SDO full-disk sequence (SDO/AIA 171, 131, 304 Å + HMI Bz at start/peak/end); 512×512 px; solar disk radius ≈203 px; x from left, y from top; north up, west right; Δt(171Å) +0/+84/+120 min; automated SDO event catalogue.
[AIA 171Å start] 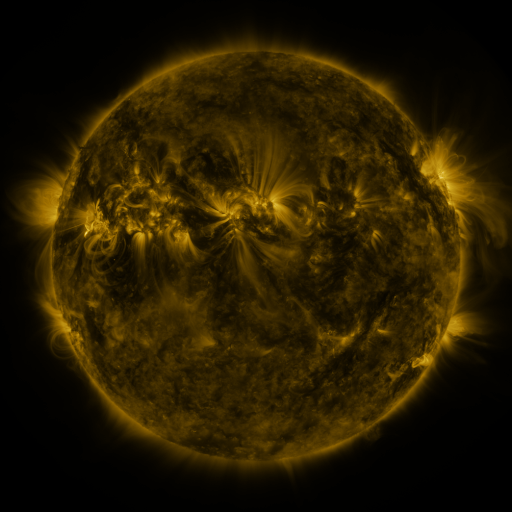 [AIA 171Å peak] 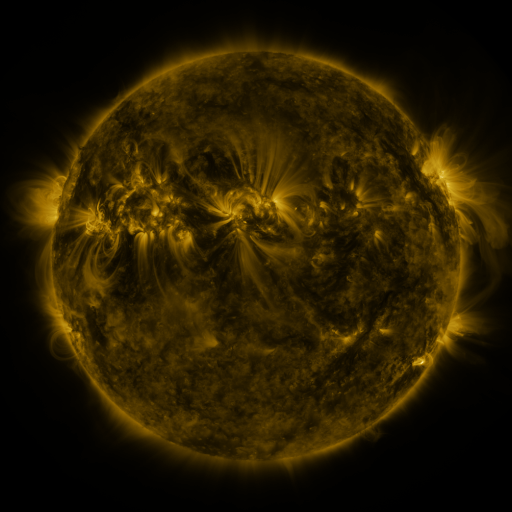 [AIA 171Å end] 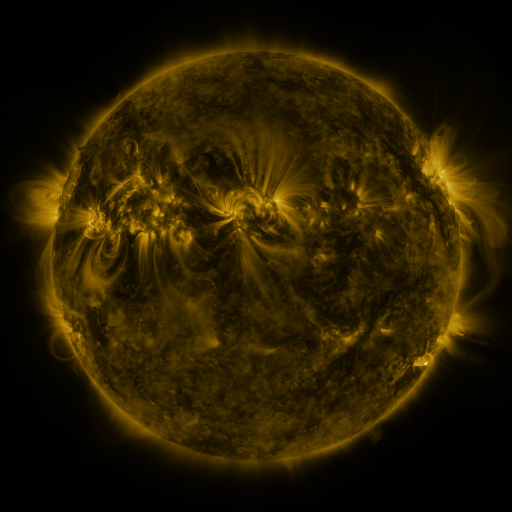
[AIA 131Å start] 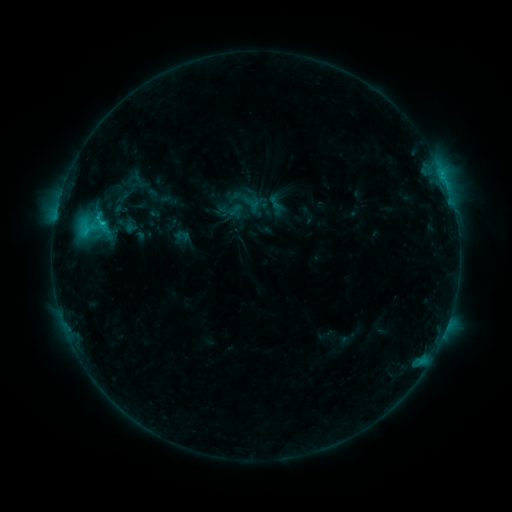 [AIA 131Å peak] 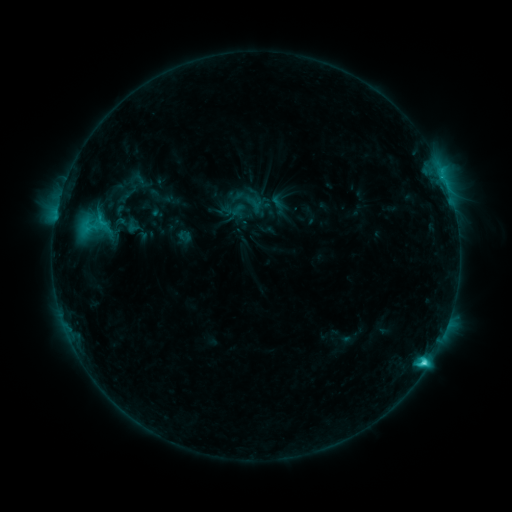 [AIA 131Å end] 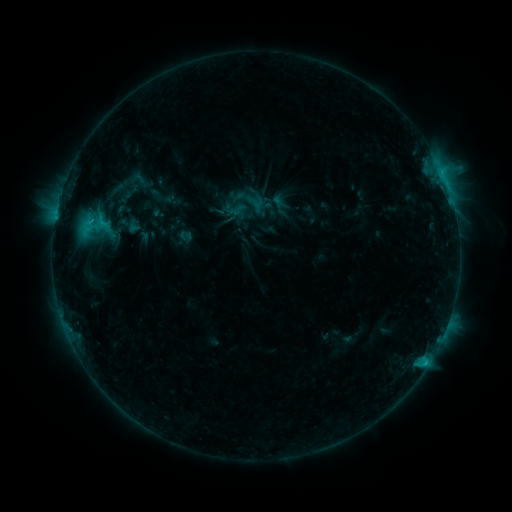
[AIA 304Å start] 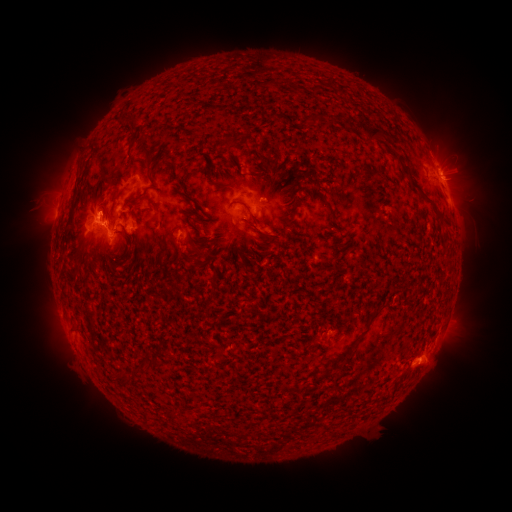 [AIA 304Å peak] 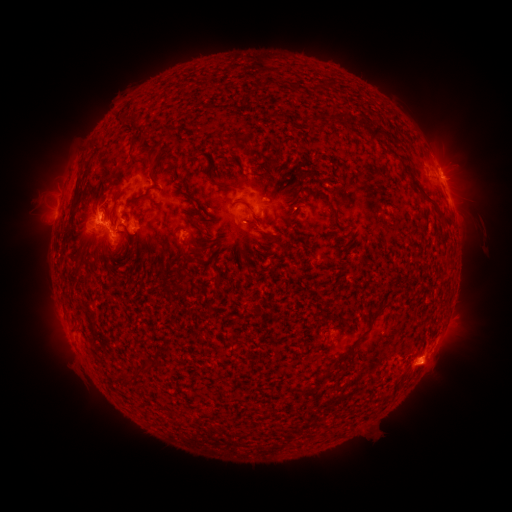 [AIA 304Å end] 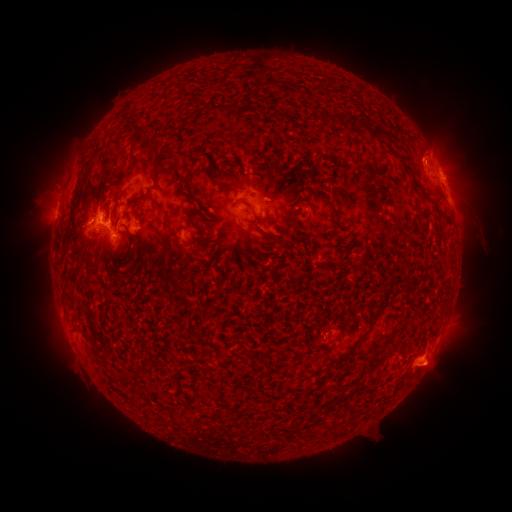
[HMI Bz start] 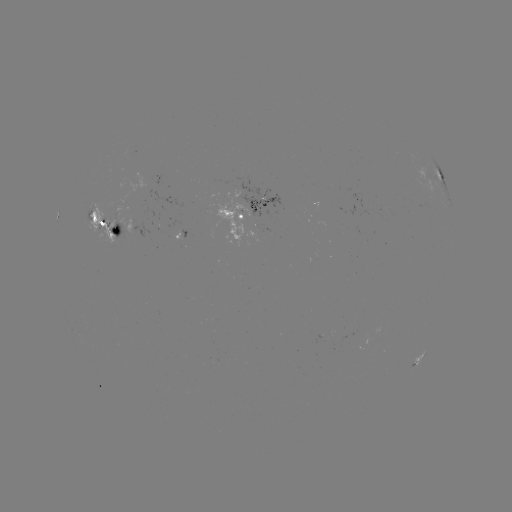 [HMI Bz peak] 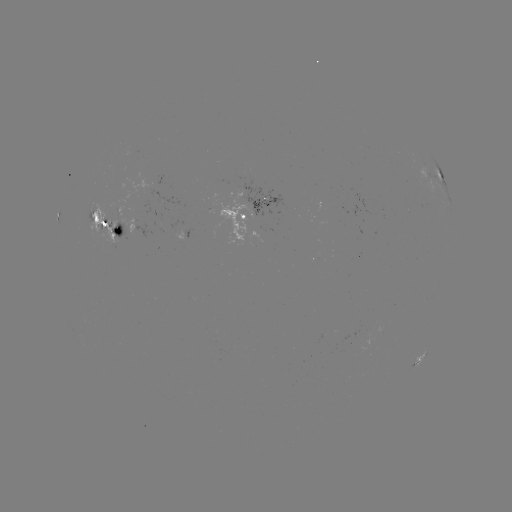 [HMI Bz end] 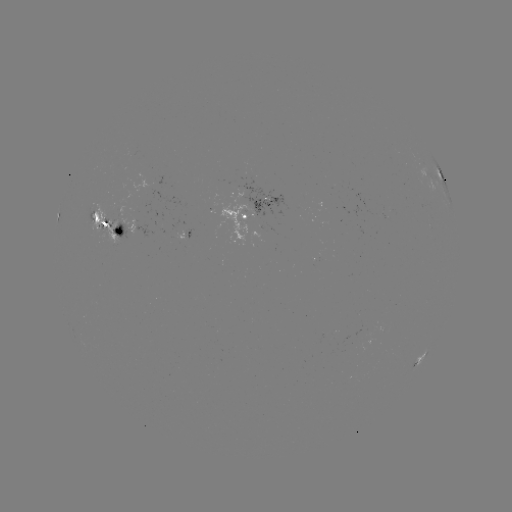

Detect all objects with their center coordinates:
emerging-flux region: (172, 232)
